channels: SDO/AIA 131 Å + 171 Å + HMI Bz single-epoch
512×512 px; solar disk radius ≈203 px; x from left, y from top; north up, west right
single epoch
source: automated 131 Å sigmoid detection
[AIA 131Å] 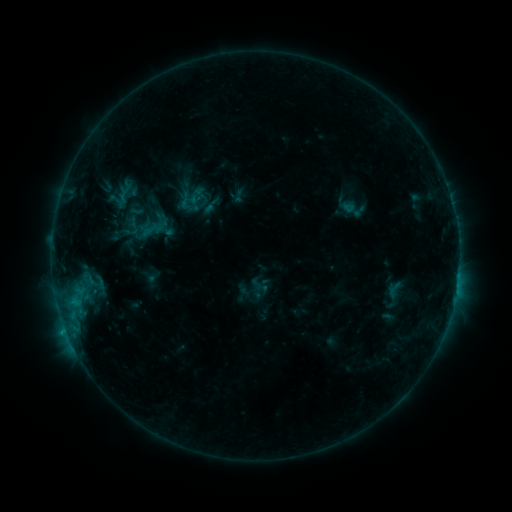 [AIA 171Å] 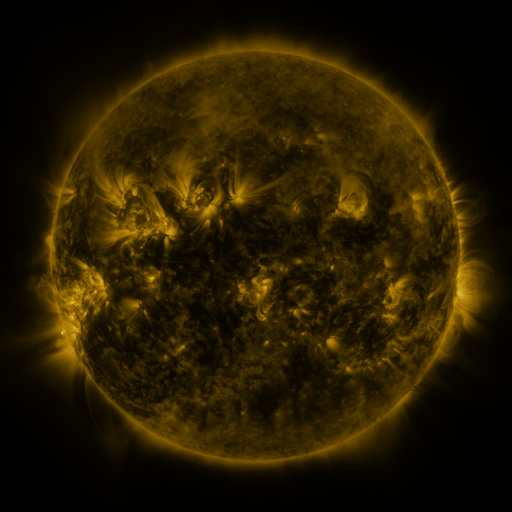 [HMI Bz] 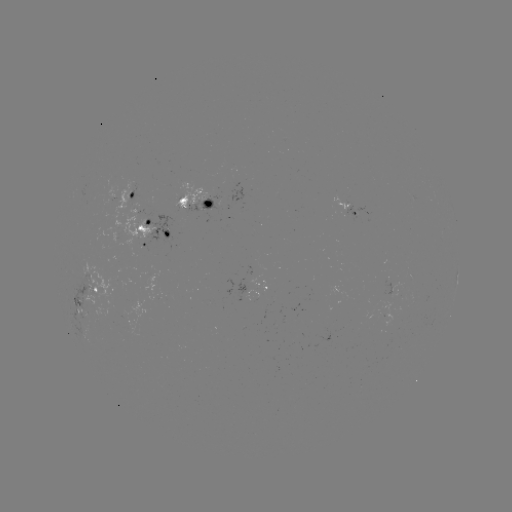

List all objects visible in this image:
sigmoid: <bbox>114, 183, 135, 204</bbox>
sigmoid: <bbox>176, 192, 194, 210</bbox>
